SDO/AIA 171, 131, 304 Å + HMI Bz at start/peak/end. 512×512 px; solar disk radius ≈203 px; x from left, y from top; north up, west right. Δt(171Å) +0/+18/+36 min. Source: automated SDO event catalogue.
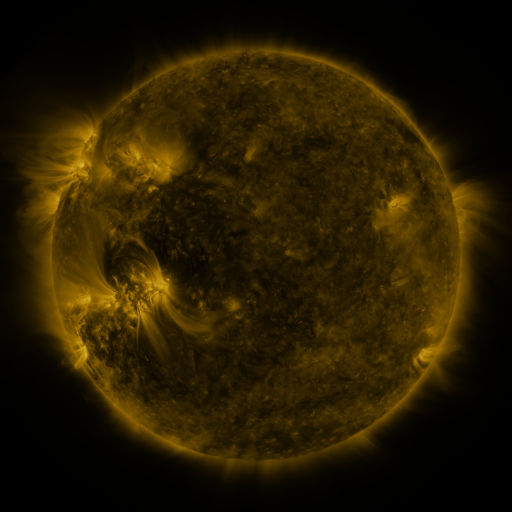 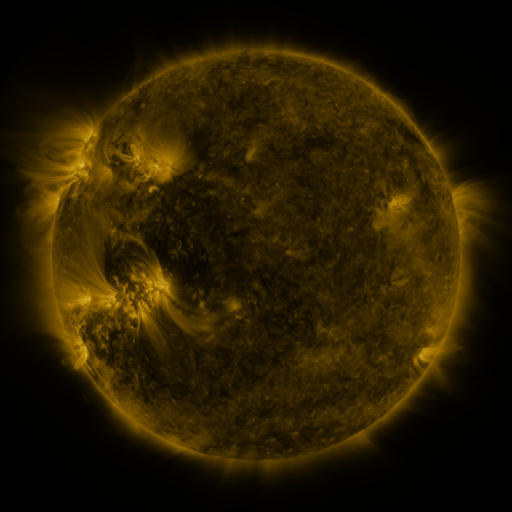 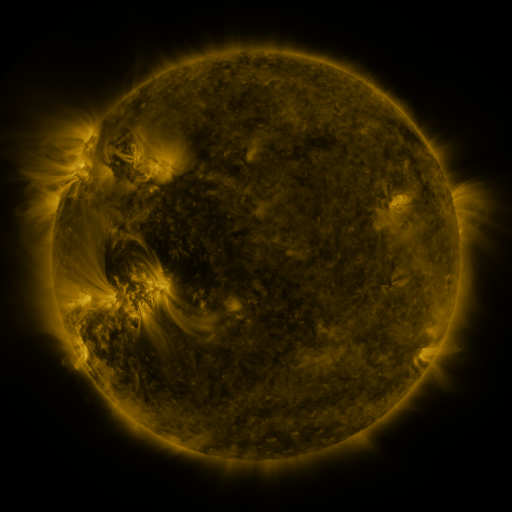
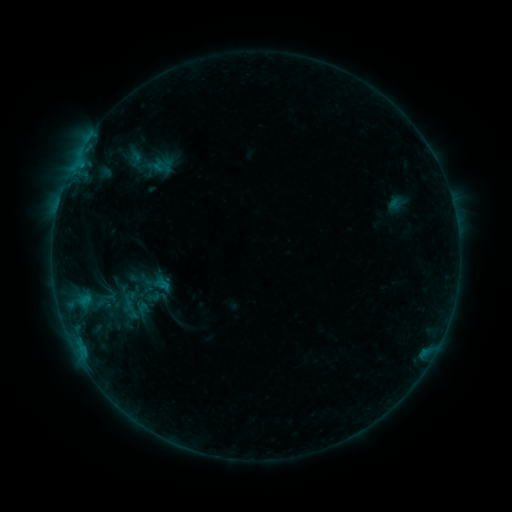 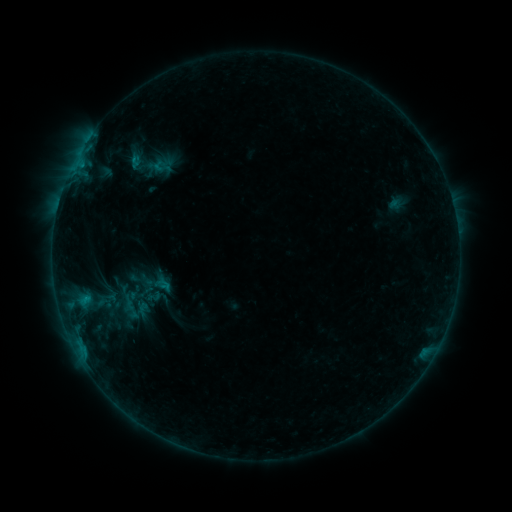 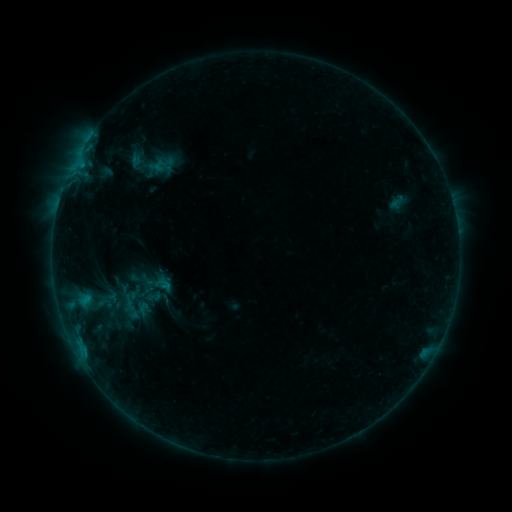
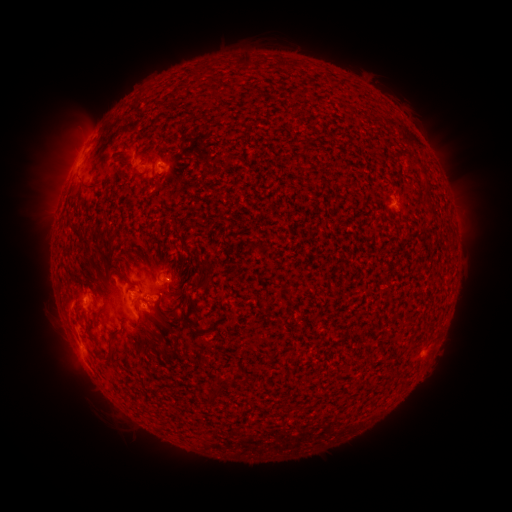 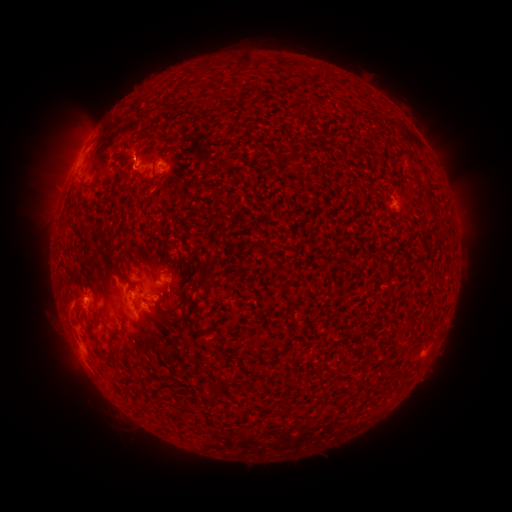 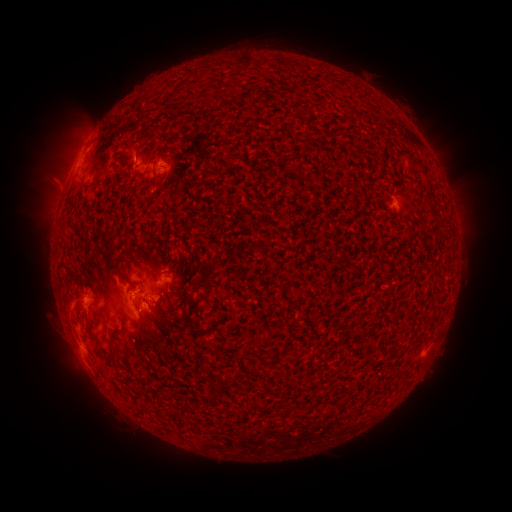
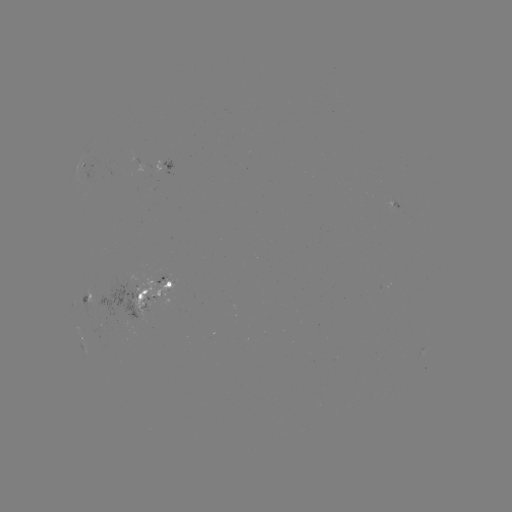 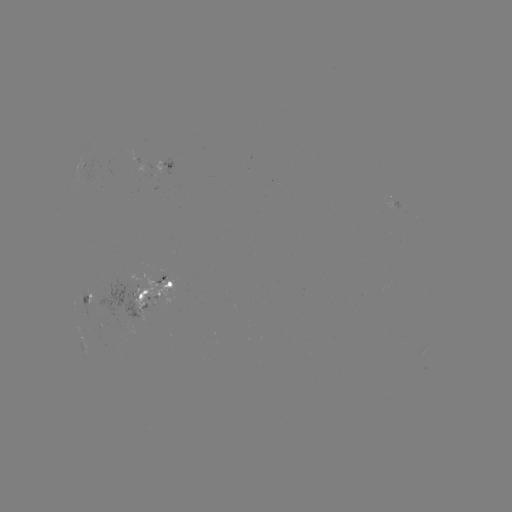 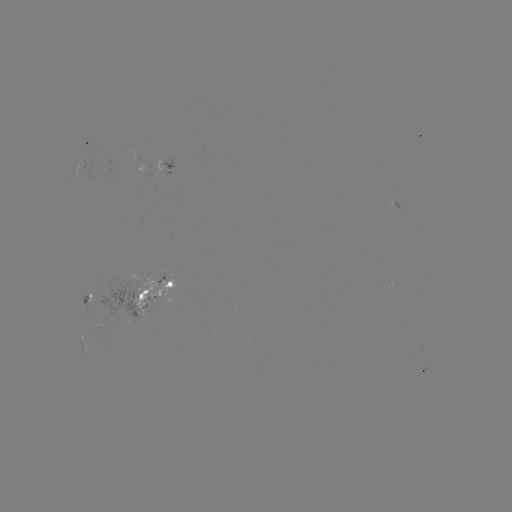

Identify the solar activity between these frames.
B5.4 flare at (134, 162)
